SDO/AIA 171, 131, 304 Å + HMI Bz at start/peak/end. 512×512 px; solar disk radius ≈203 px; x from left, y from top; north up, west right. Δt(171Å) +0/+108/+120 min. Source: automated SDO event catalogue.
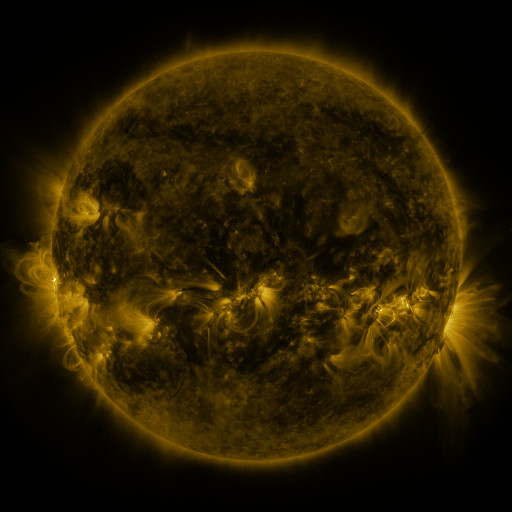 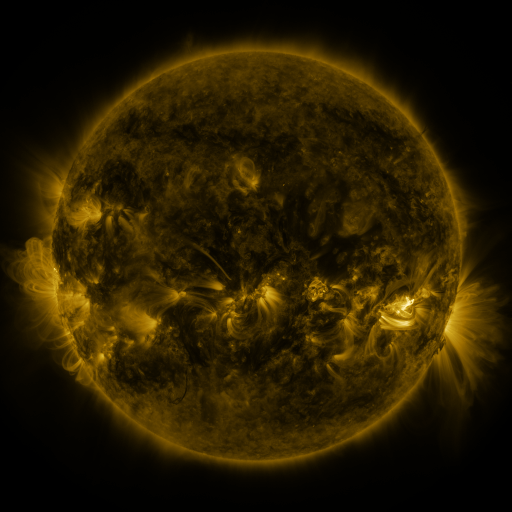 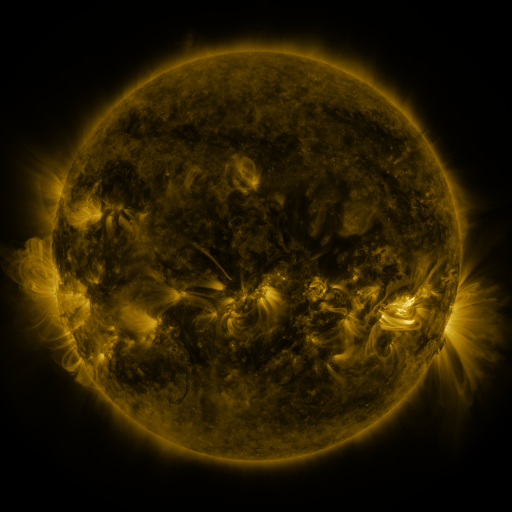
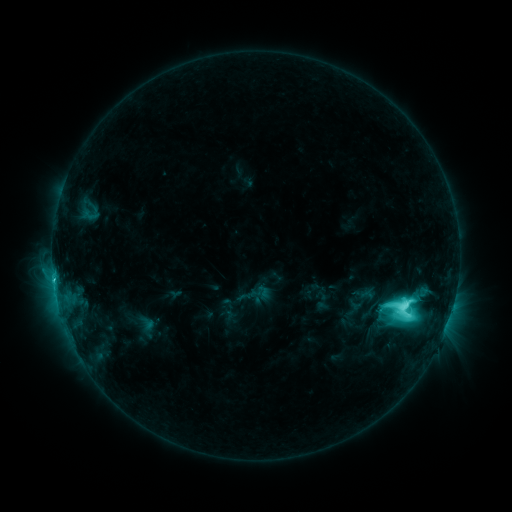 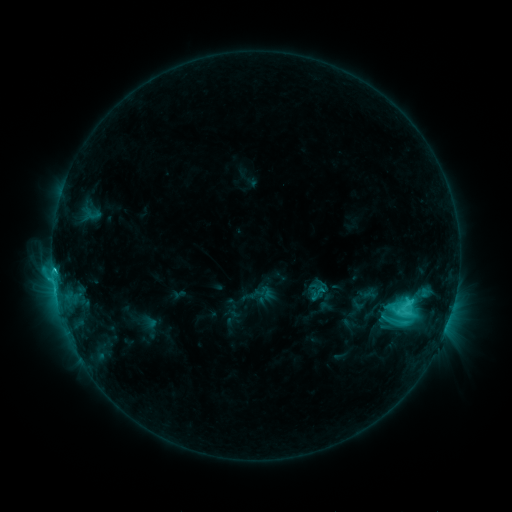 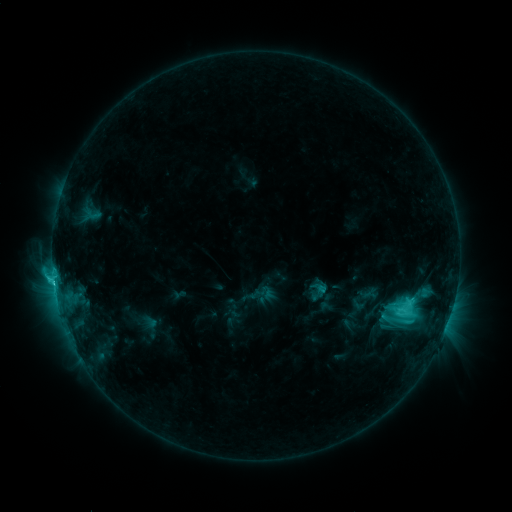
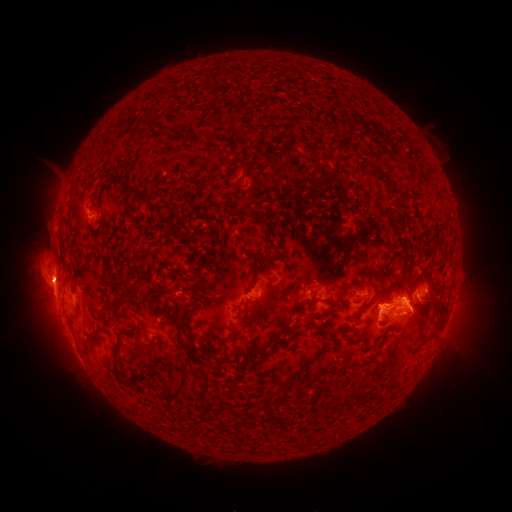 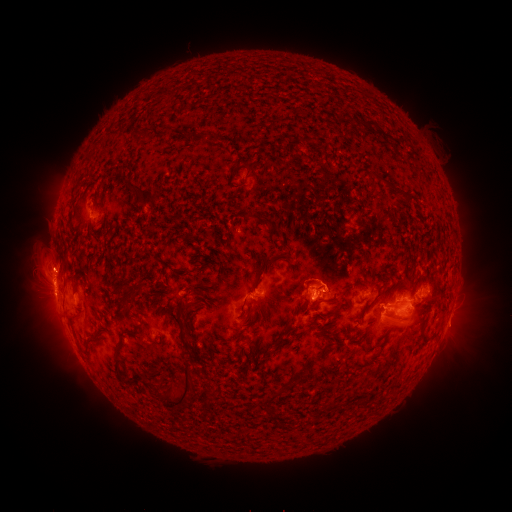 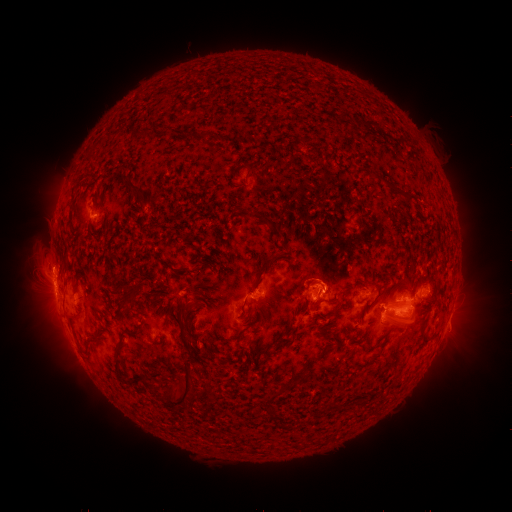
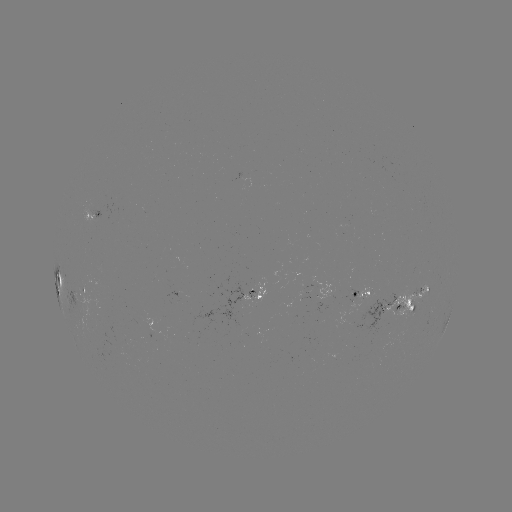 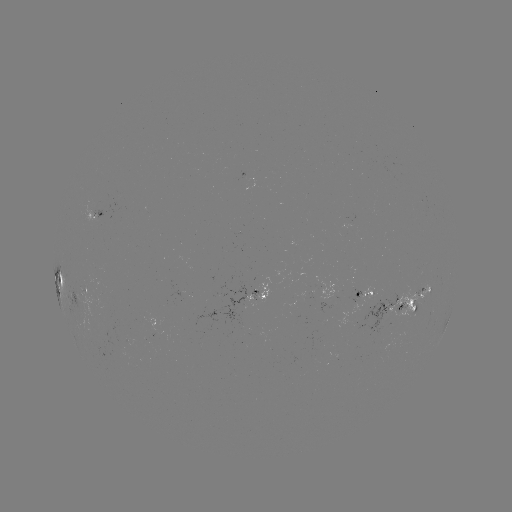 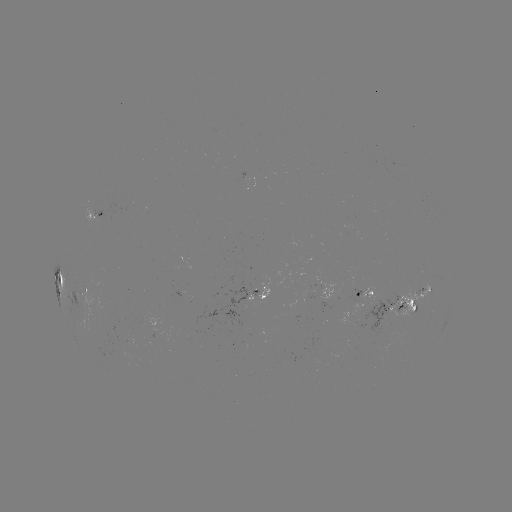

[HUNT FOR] emerging-flux region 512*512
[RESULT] (124, 339)